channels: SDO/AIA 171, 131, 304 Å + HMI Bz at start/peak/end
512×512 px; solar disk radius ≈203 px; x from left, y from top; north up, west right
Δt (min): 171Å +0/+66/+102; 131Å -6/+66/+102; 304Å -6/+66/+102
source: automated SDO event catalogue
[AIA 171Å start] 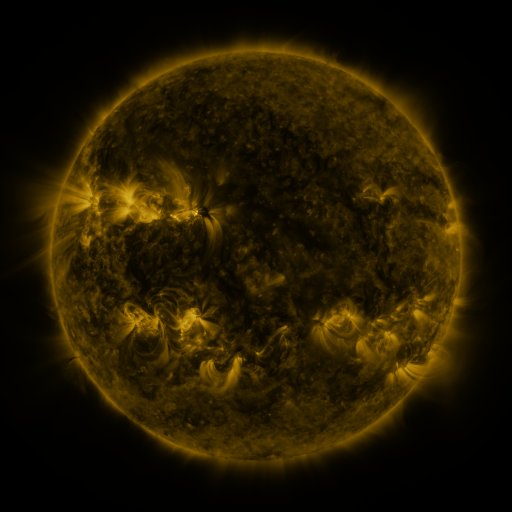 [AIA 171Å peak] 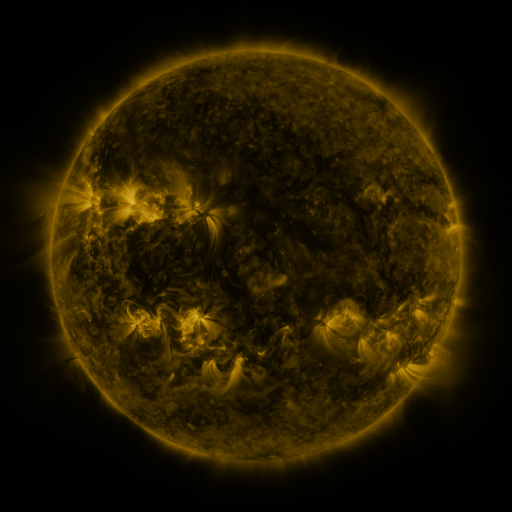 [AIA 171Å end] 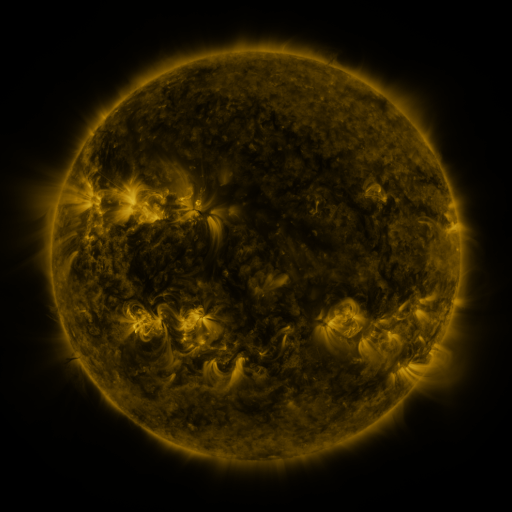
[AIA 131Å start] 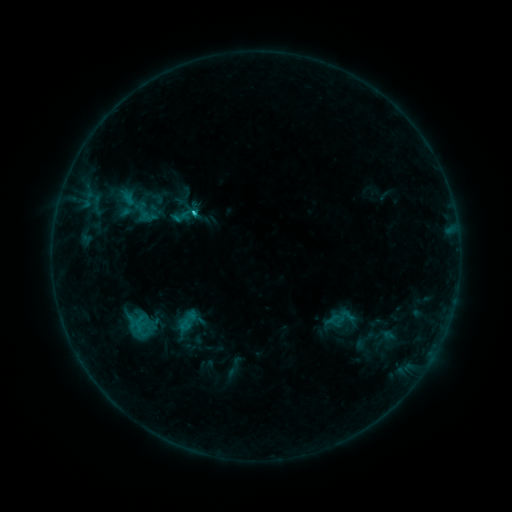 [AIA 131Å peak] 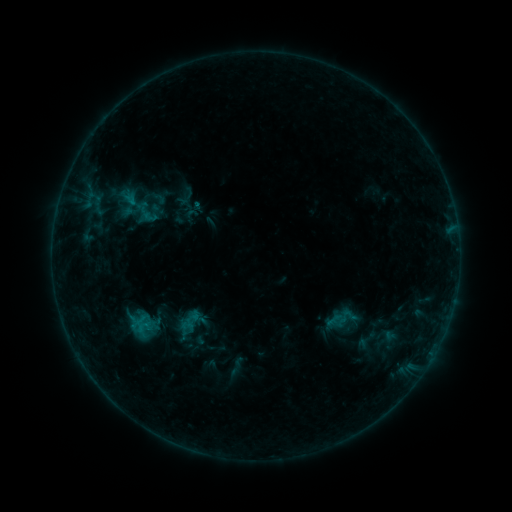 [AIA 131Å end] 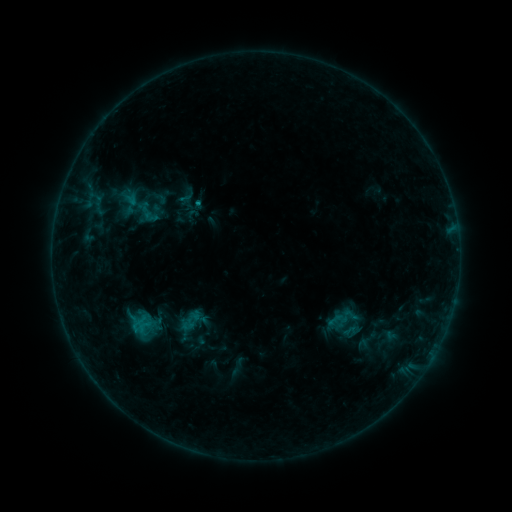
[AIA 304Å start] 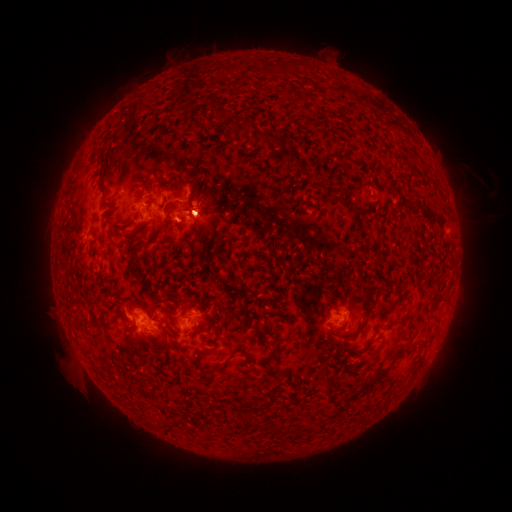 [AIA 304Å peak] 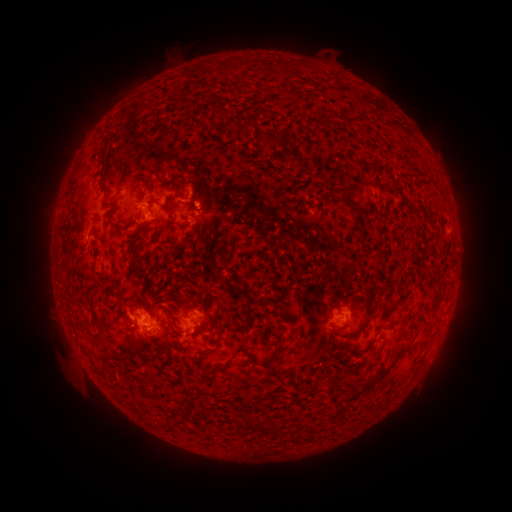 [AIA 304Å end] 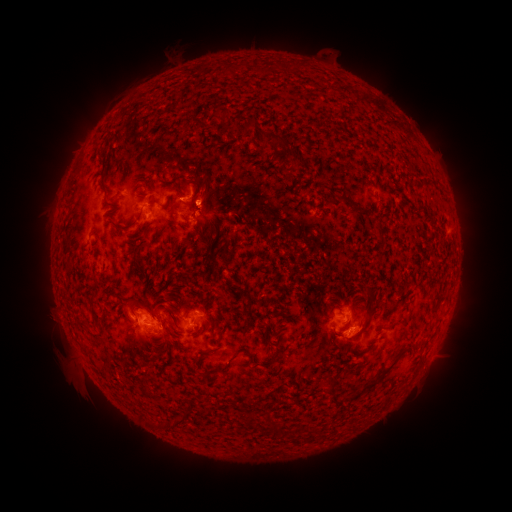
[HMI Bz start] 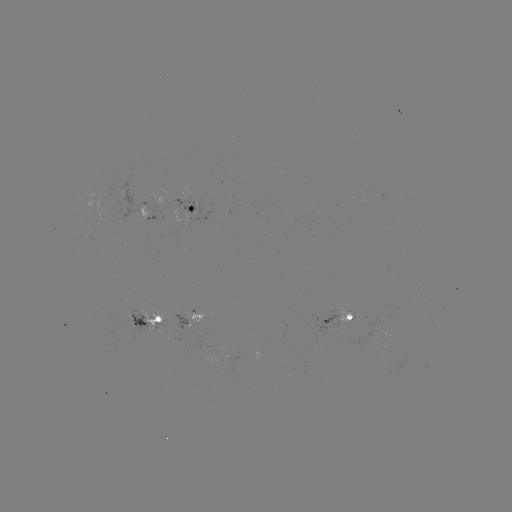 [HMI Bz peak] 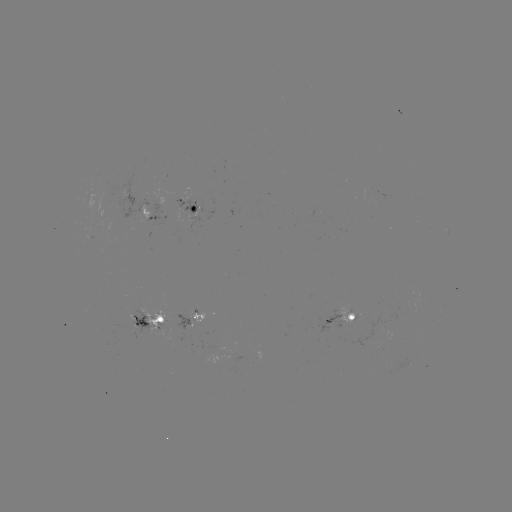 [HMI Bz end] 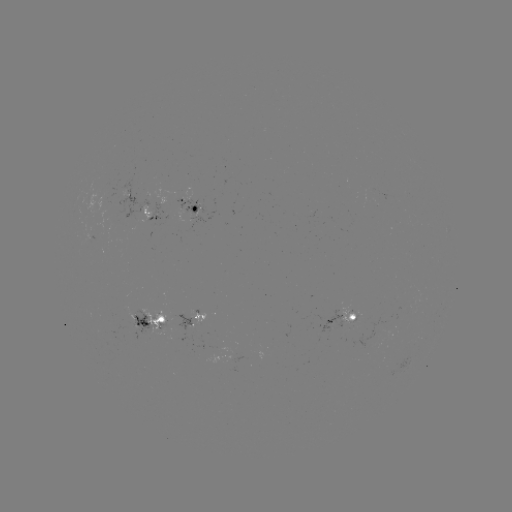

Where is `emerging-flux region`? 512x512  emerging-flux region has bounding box [175, 198, 203, 214].